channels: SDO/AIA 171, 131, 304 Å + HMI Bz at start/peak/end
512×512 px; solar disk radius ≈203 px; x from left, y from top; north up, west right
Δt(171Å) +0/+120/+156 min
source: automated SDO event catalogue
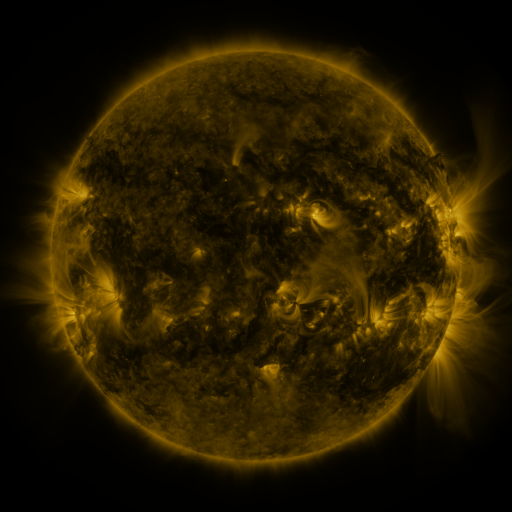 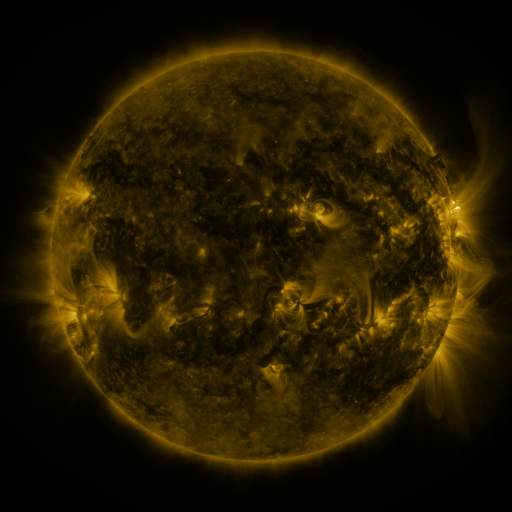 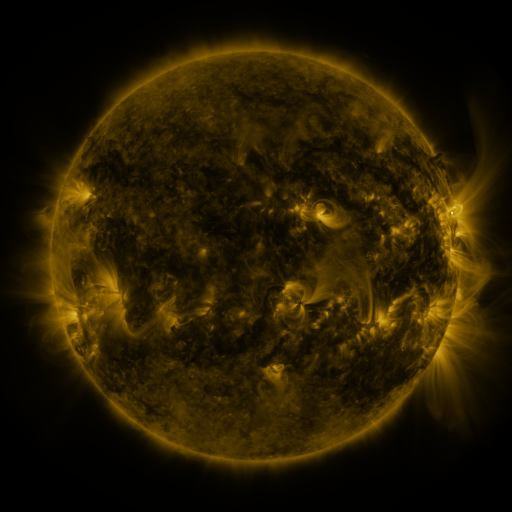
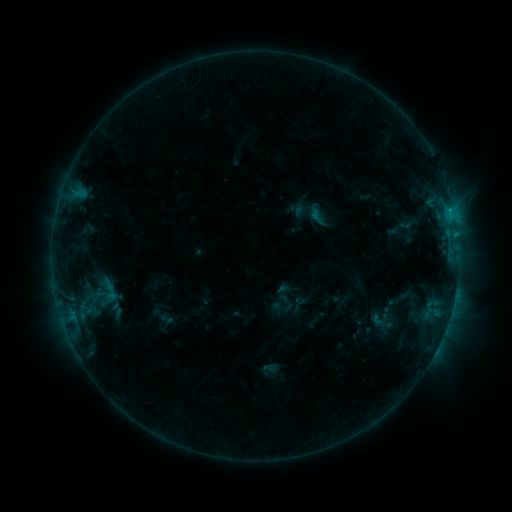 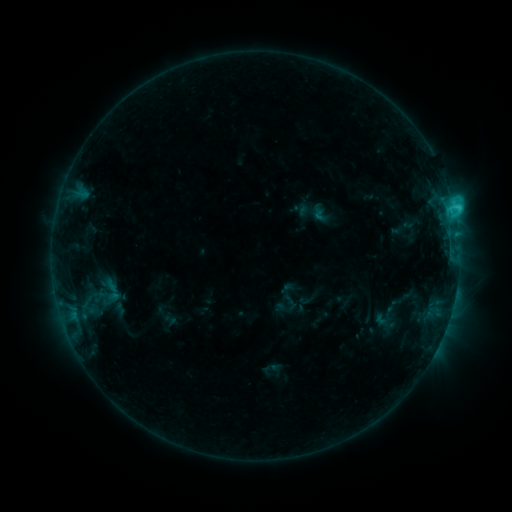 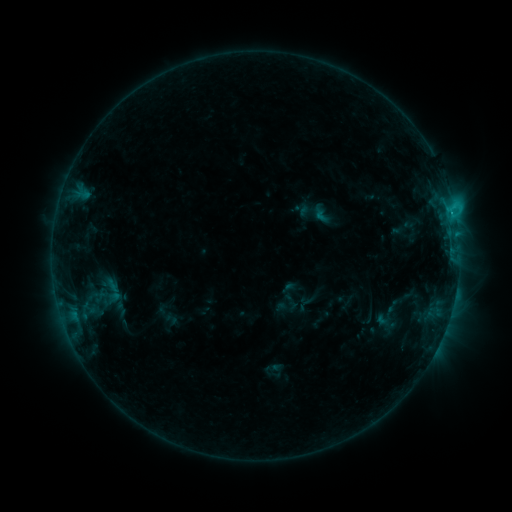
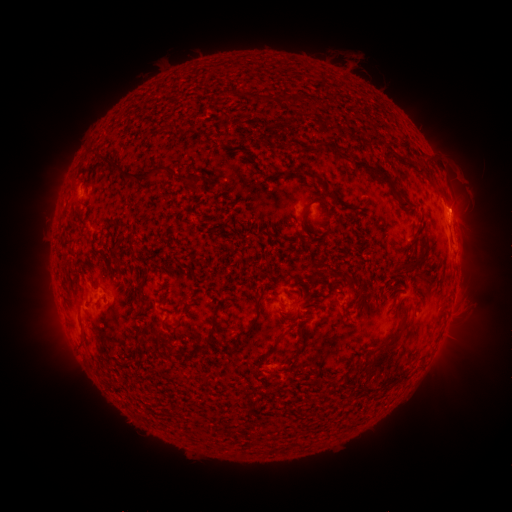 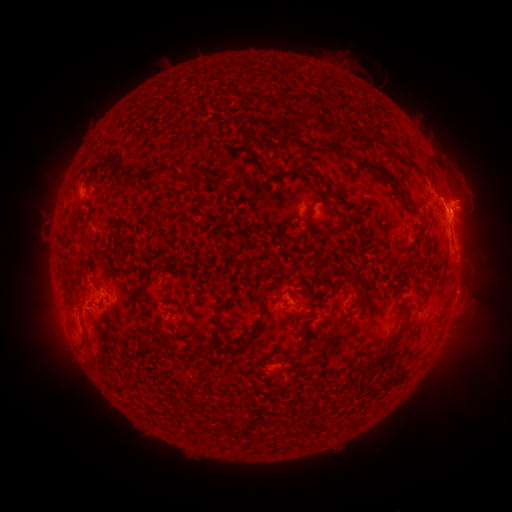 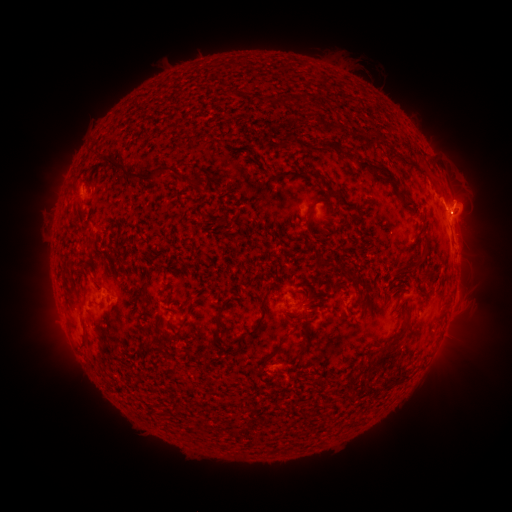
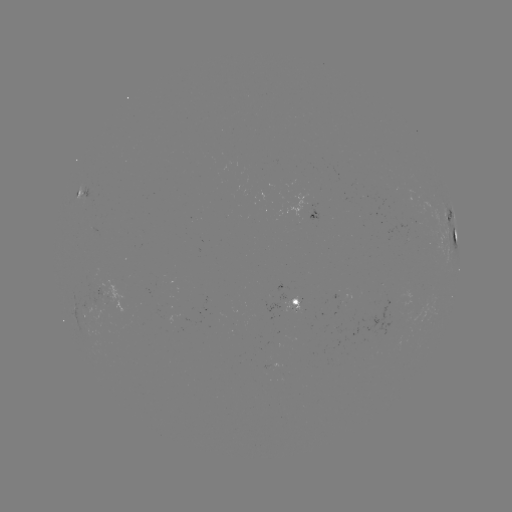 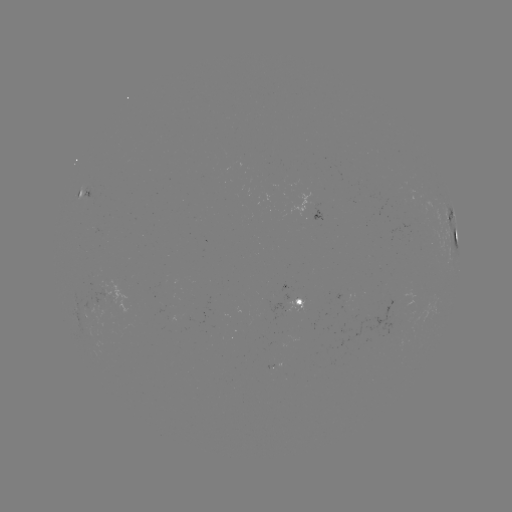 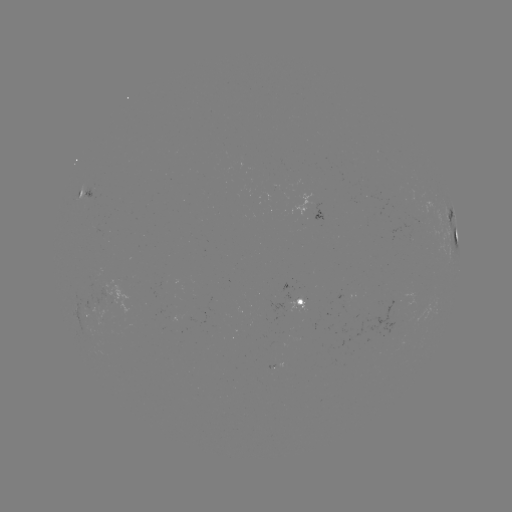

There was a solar emerging-flux region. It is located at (302, 301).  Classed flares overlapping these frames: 2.